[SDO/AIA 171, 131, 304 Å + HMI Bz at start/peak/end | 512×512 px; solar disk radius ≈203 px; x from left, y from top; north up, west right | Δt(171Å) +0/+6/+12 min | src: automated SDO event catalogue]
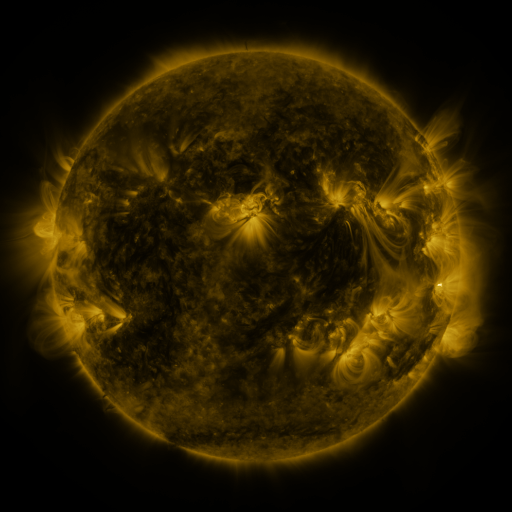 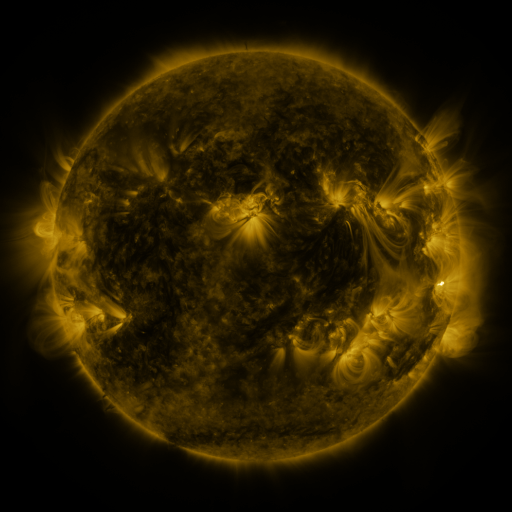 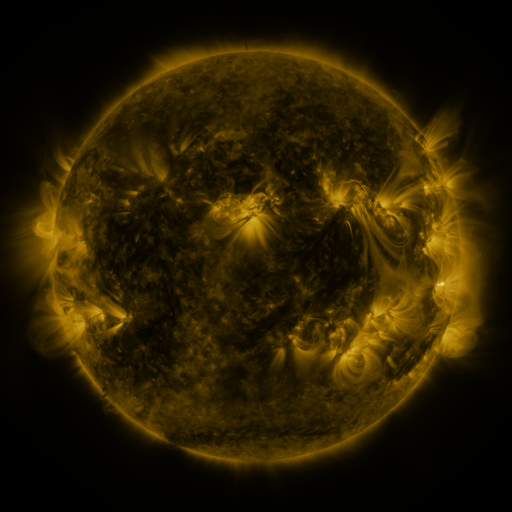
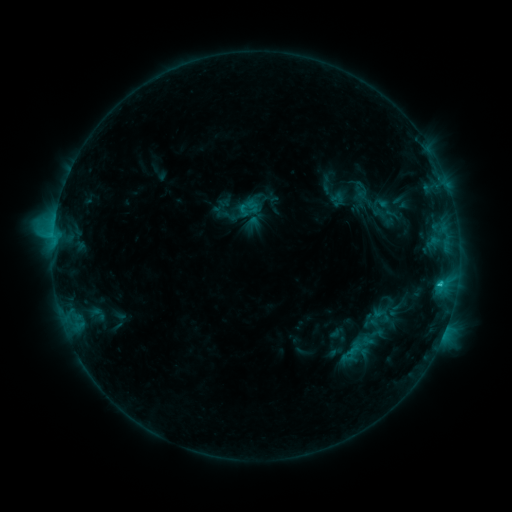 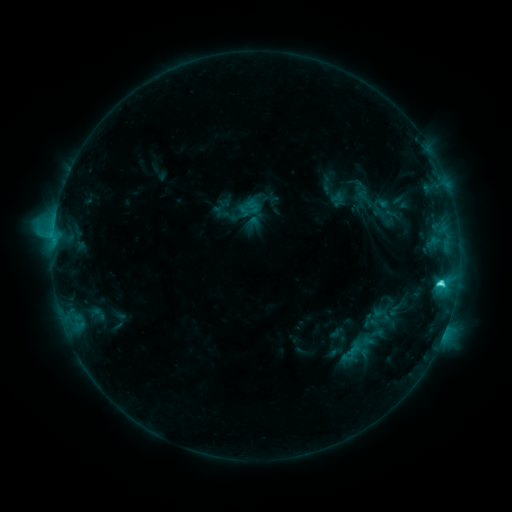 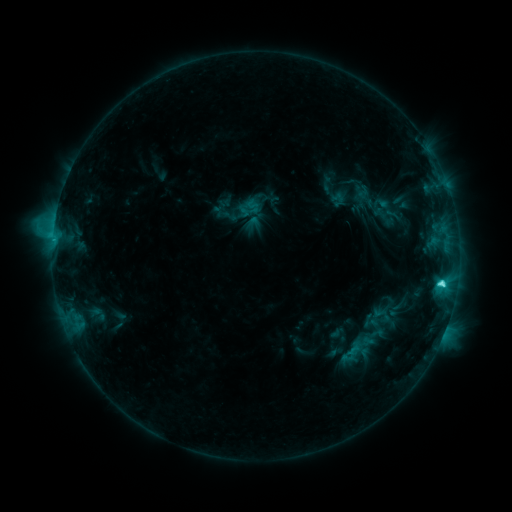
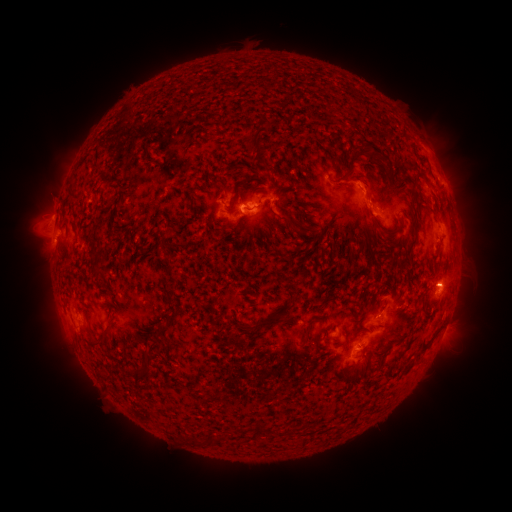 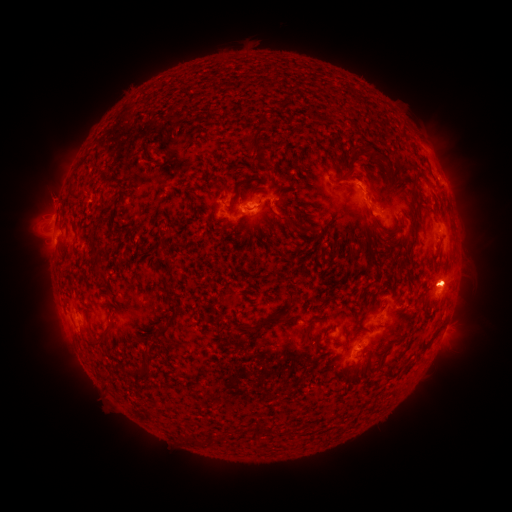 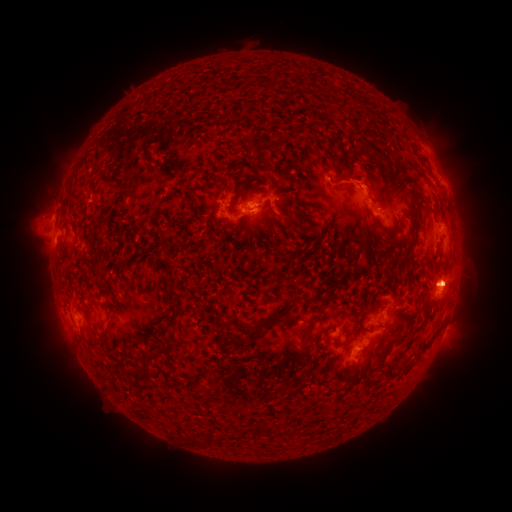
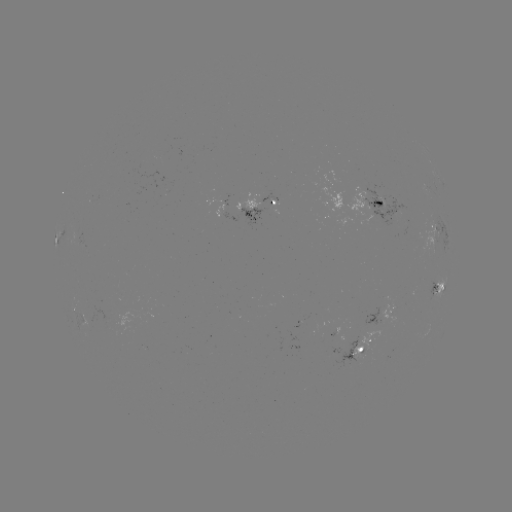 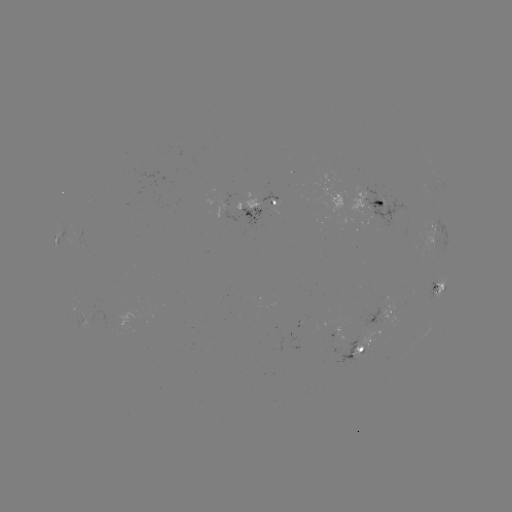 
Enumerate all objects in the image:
C4.7 flare: (440, 281)
